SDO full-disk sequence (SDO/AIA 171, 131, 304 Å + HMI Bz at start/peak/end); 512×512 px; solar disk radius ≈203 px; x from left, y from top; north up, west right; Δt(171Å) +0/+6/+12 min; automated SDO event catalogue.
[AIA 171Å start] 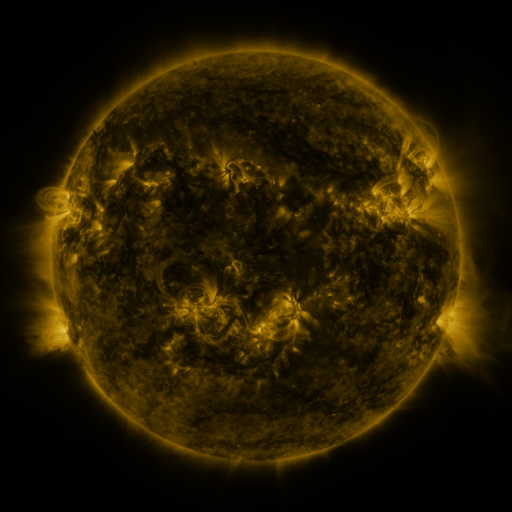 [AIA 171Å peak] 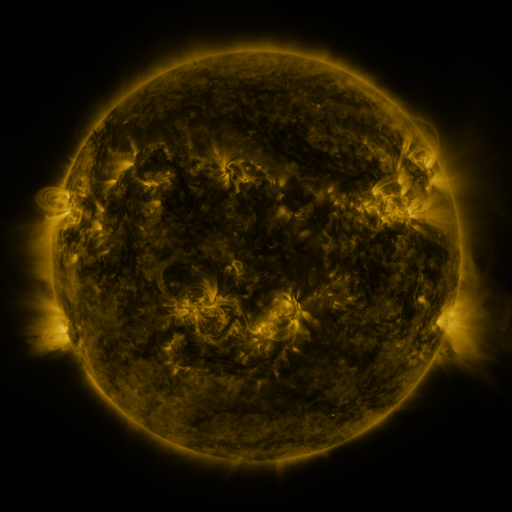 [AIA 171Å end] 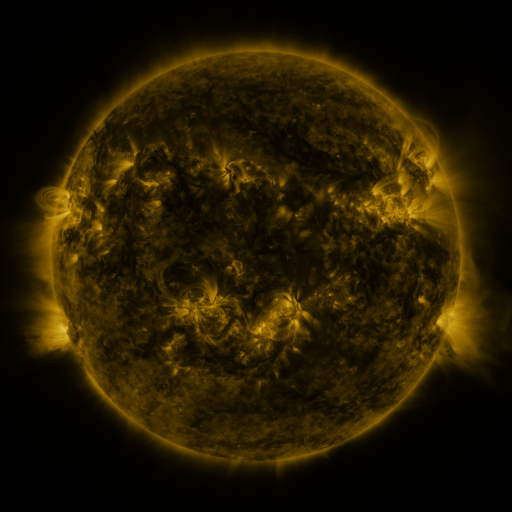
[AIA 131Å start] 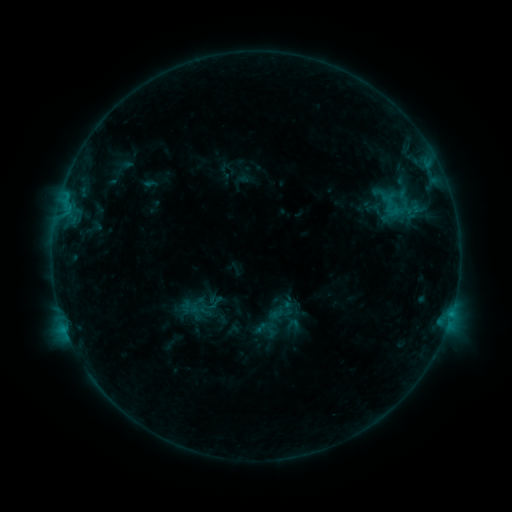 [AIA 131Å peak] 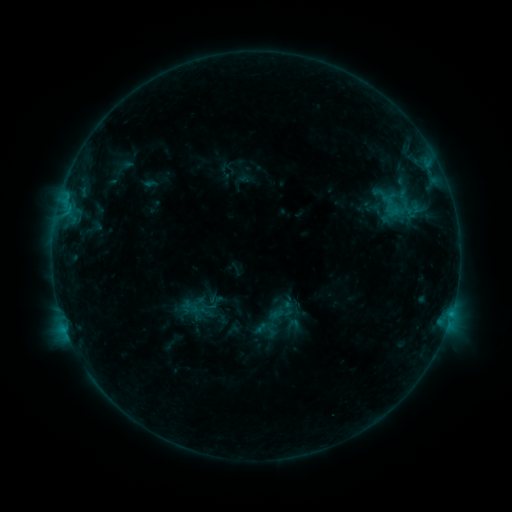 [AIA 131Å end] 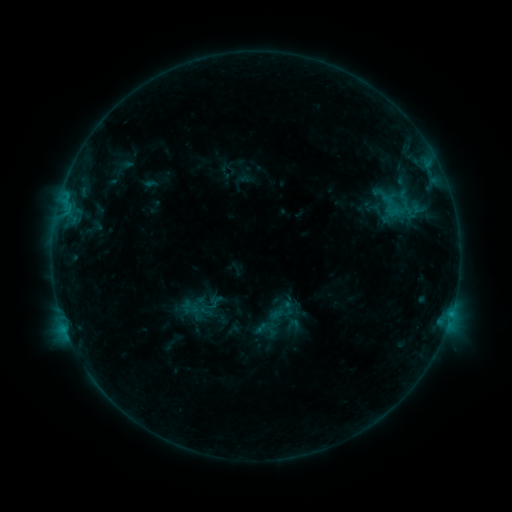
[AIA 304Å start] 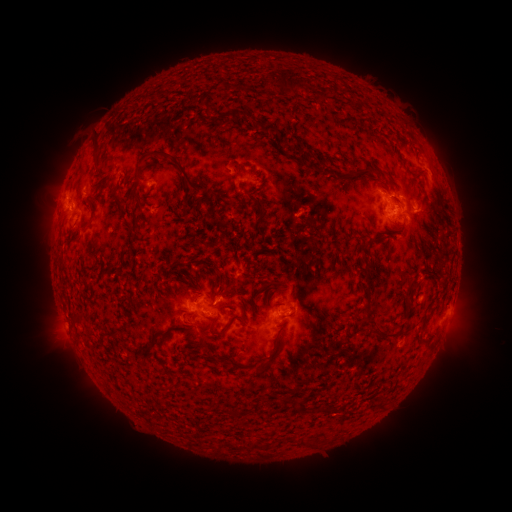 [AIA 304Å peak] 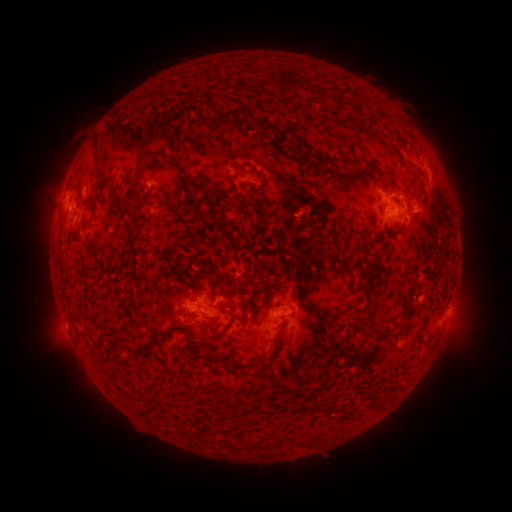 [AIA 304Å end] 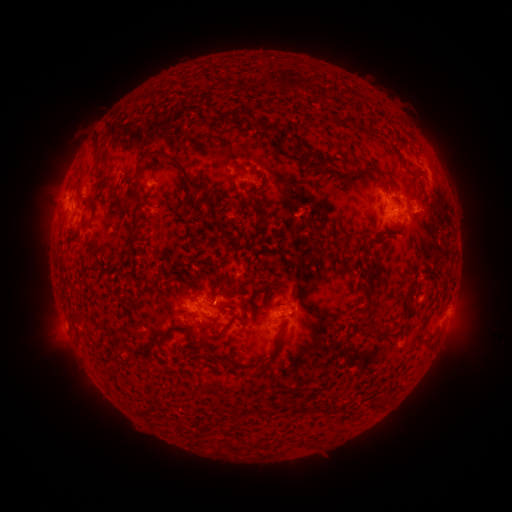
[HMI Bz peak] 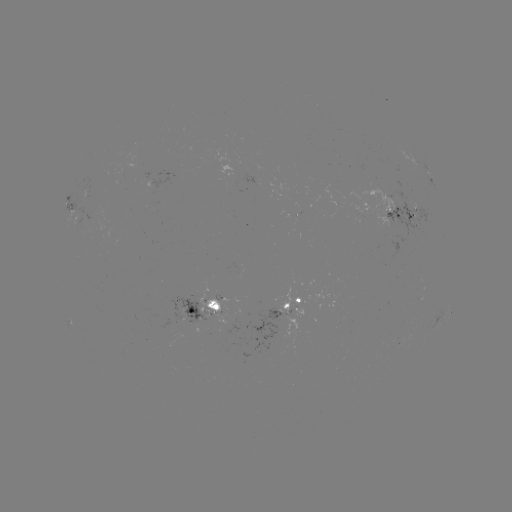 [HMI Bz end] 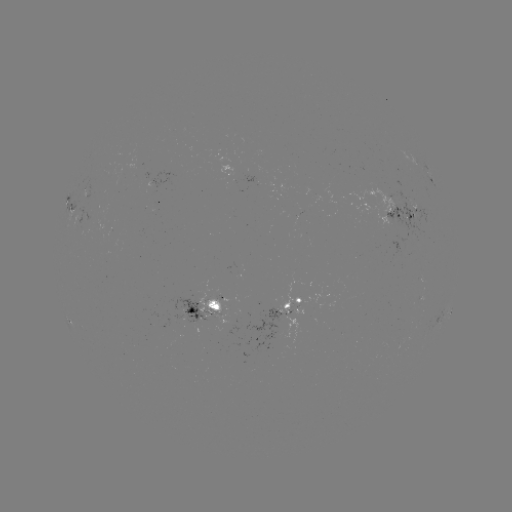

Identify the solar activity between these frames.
no flare in any classed list; no EUV-trigger detection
